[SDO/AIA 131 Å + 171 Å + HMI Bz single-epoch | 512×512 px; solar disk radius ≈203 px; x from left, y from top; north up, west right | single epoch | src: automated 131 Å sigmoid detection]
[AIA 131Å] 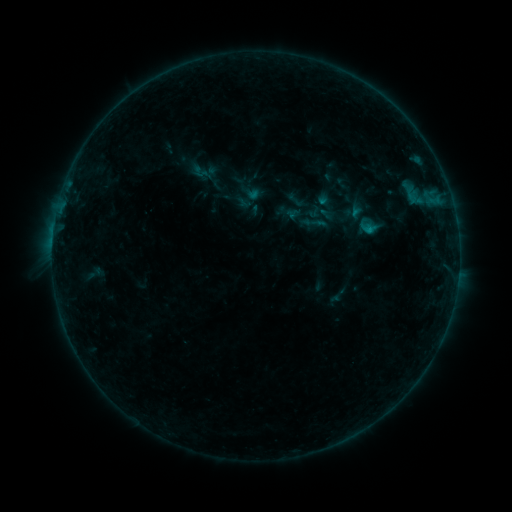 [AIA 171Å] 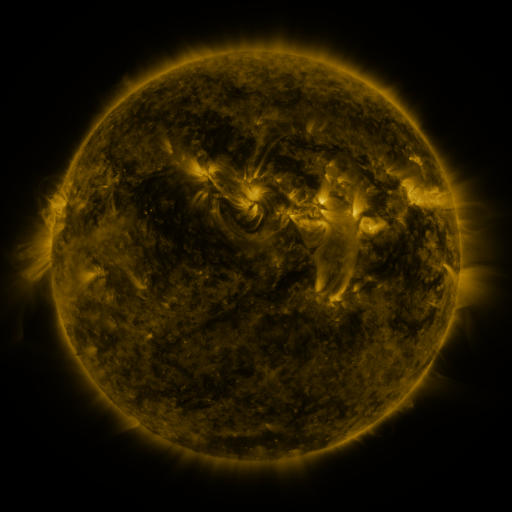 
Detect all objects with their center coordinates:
sigmoid: [301, 209, 327, 236]
